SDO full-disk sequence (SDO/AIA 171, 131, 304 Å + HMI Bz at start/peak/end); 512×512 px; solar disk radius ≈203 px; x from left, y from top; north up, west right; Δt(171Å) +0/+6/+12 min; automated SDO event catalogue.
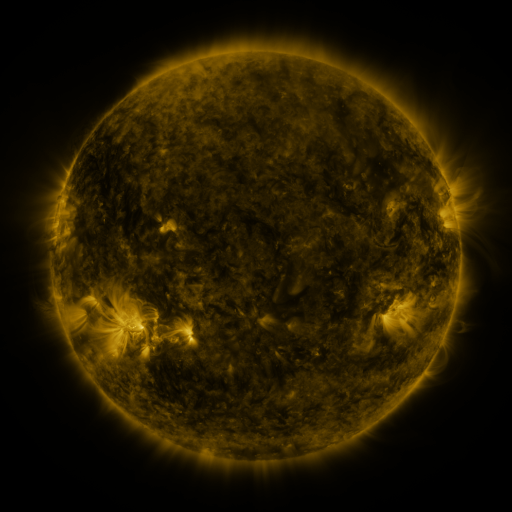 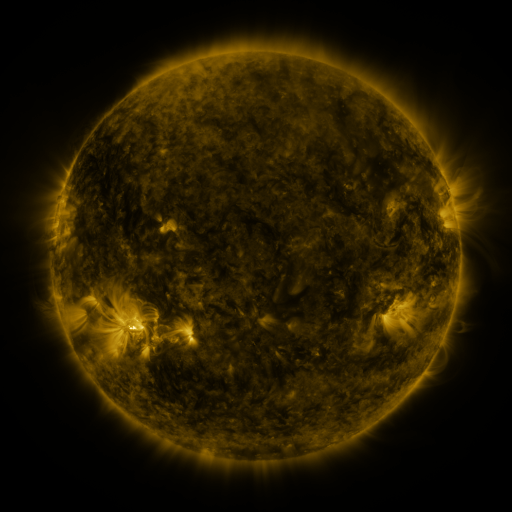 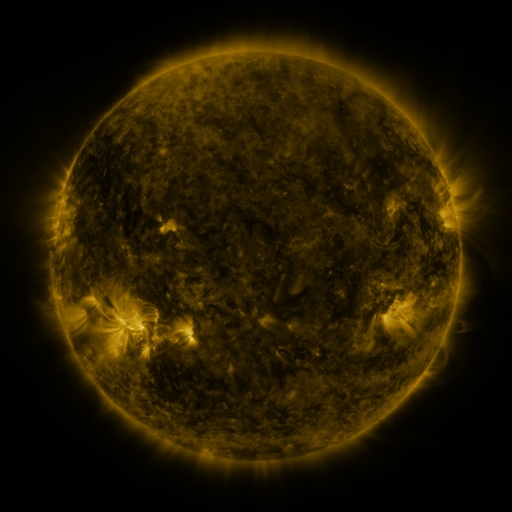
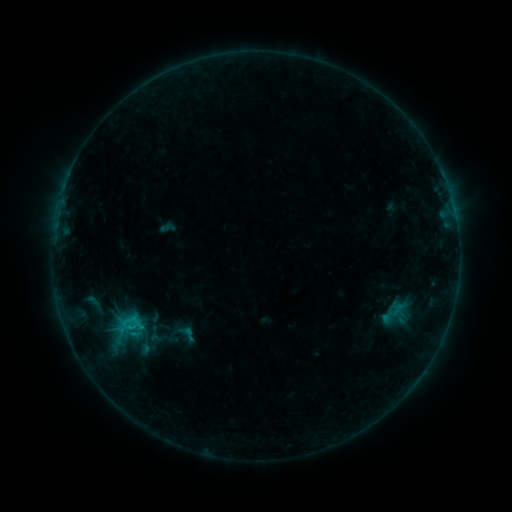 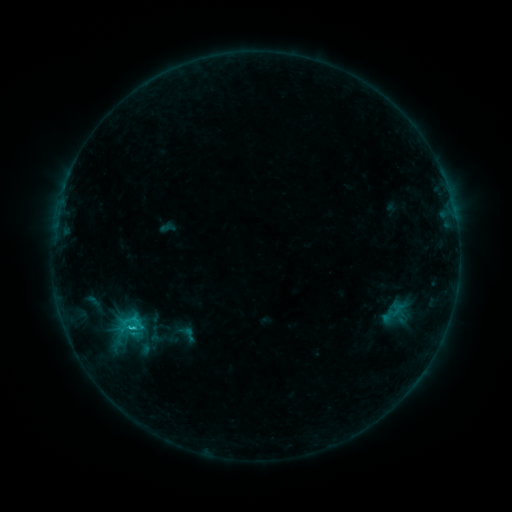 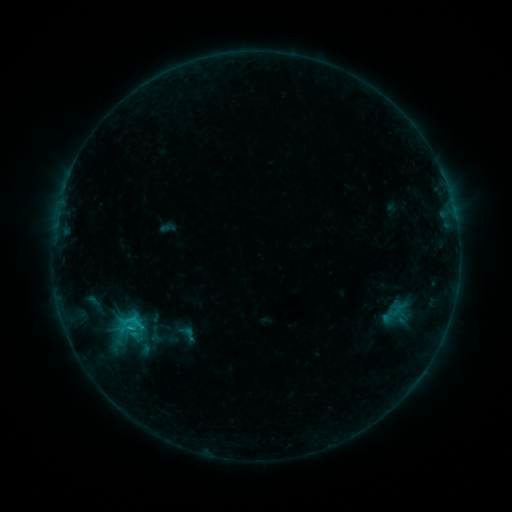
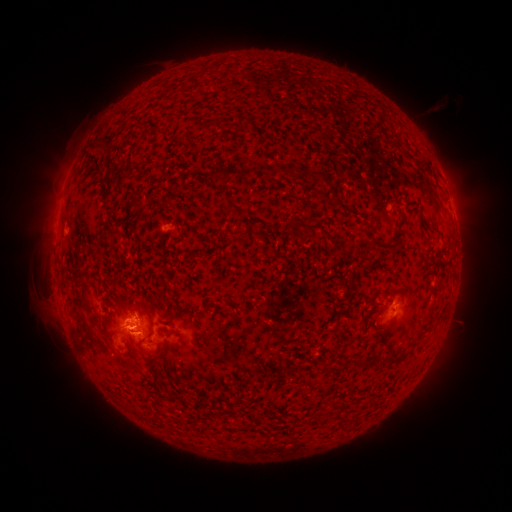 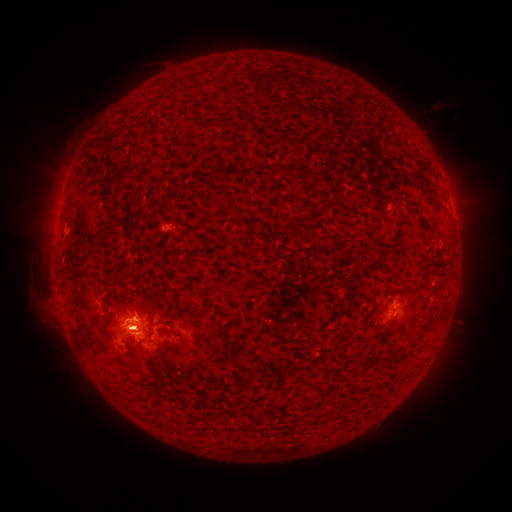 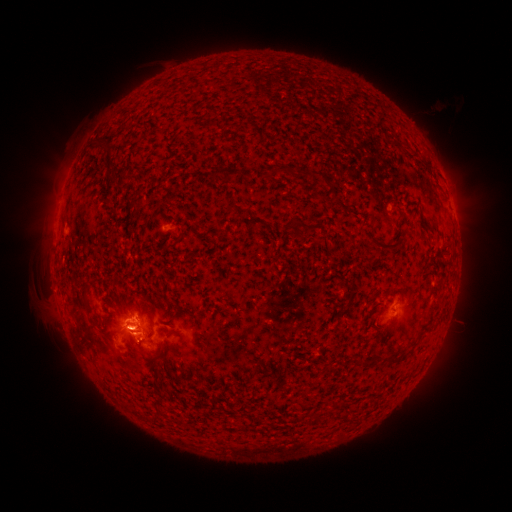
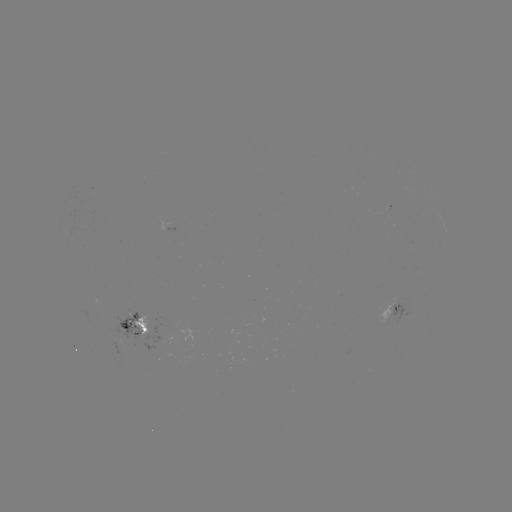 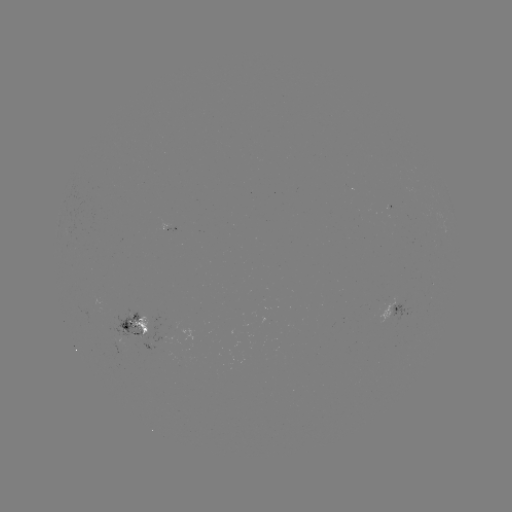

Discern B9.7 flare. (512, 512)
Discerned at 134,326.